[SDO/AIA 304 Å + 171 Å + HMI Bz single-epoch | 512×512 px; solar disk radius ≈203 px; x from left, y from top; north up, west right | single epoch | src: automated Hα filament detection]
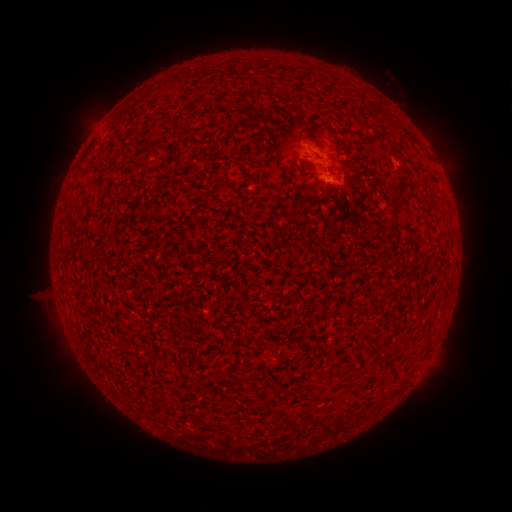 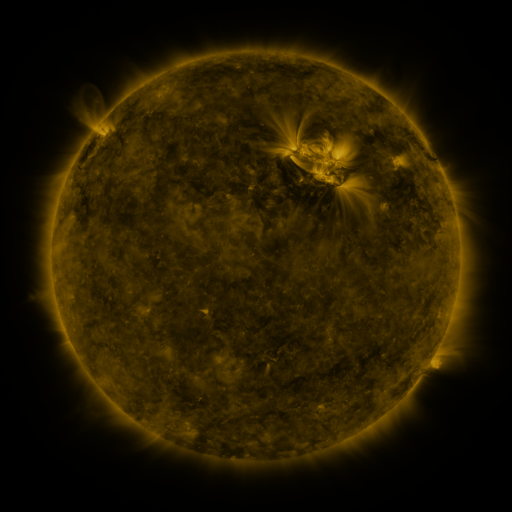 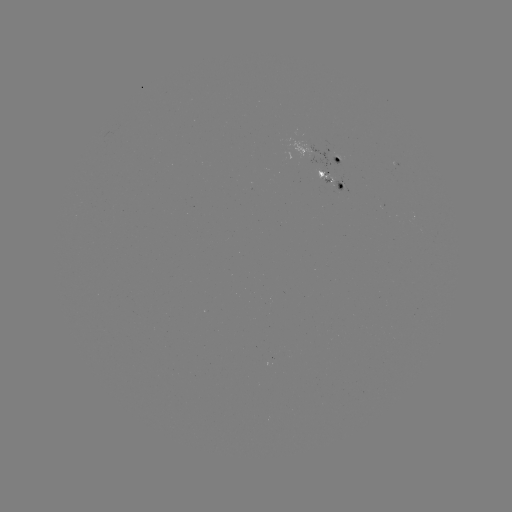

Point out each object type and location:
filament: <bbox>264, 60, 273, 70</bbox>
filament: <bbox>405, 133, 414, 141</bbox>
filament: <bbox>137, 137, 152, 149</bbox>
filament: <bbox>384, 191, 403, 239</bbox>
filament: <bbox>254, 358, 263, 367</bbox>
filament: <bbox>336, 415, 345, 425</bbox>
filament: <bbox>314, 419, 328, 433</bbox>
